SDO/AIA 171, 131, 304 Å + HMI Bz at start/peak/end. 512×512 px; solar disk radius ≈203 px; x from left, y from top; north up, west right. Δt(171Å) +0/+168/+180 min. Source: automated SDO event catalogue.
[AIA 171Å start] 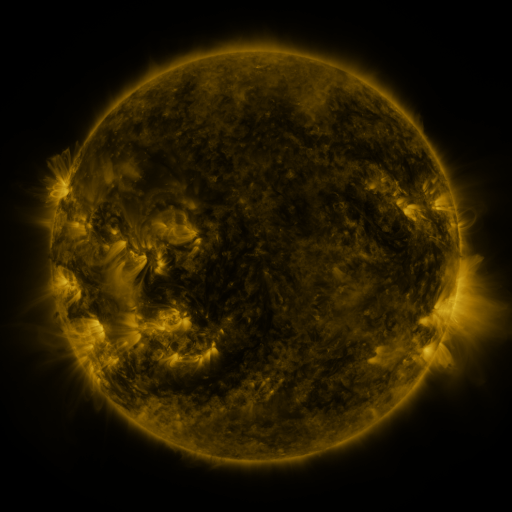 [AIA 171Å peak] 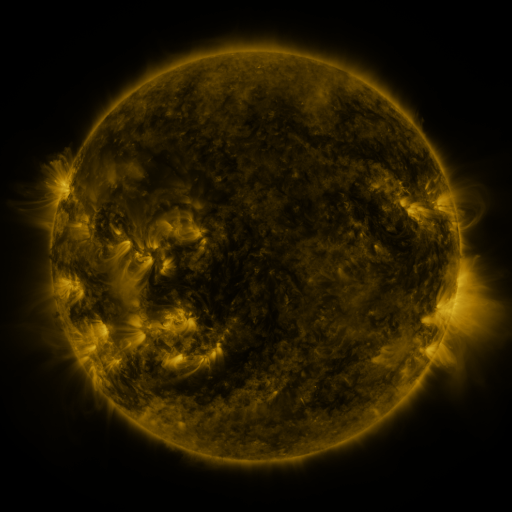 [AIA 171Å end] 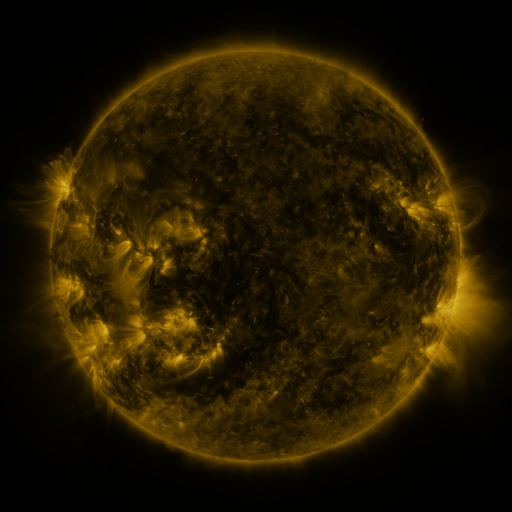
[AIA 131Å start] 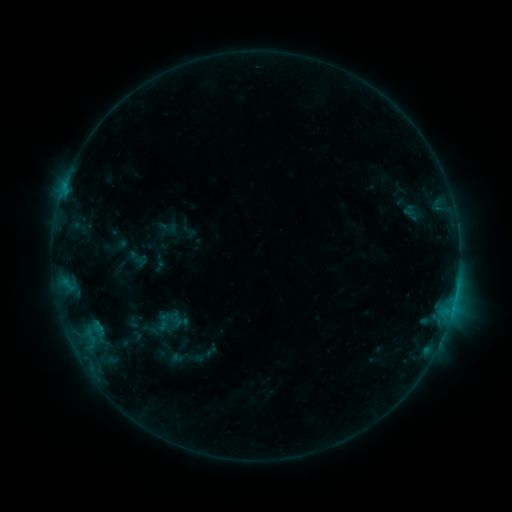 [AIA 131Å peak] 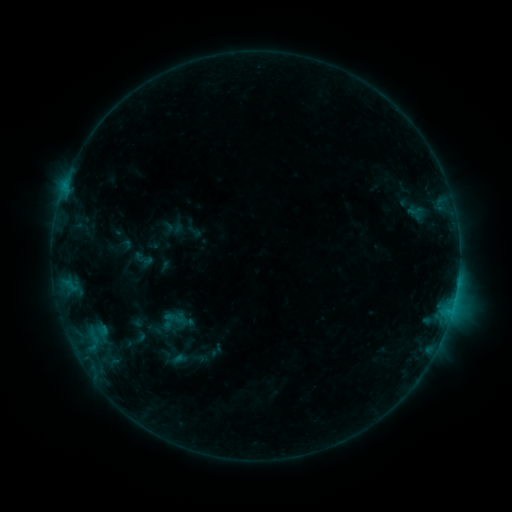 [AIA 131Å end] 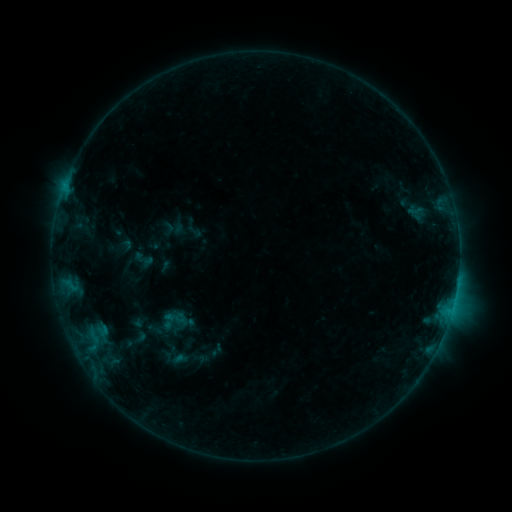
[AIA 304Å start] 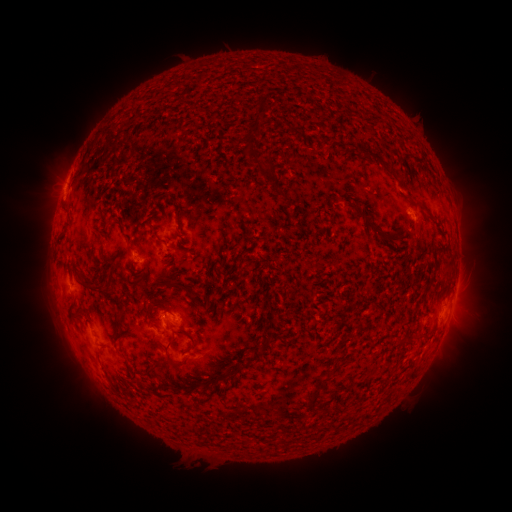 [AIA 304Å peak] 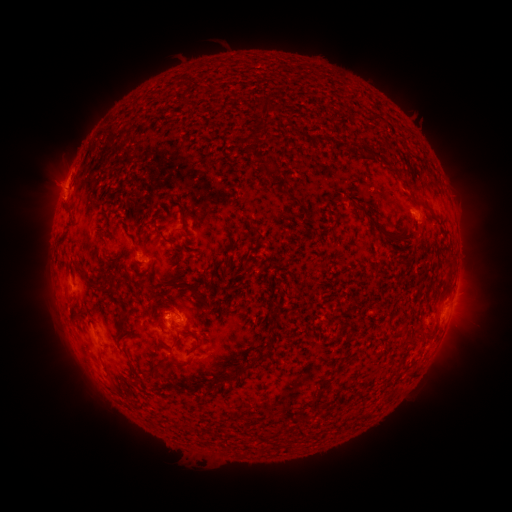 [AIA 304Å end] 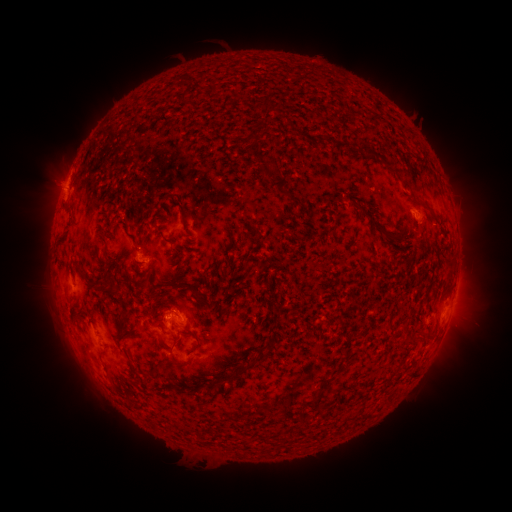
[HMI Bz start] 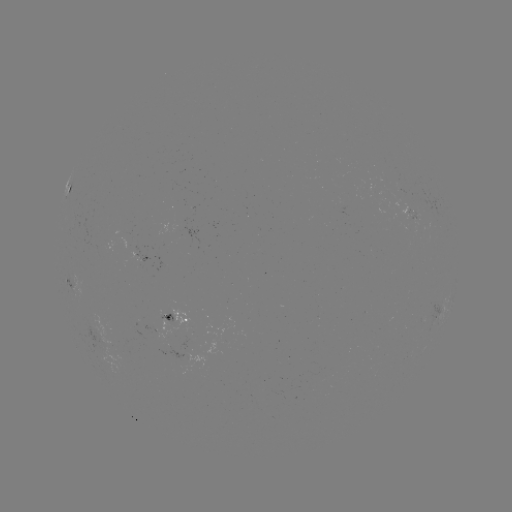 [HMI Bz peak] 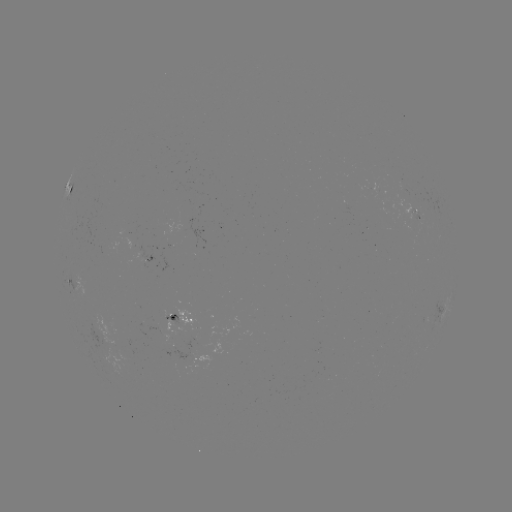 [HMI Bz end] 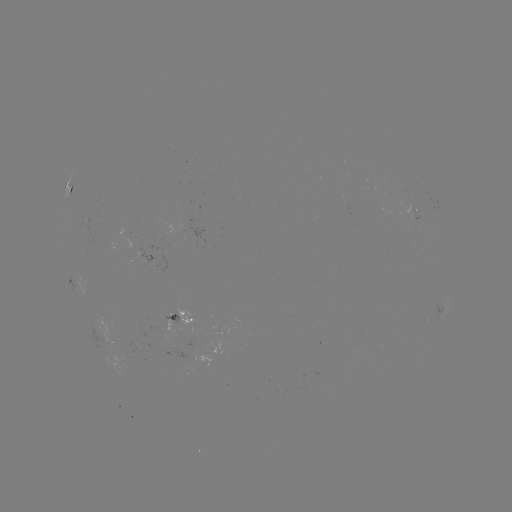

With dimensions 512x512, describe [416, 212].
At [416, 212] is emerging-flux region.